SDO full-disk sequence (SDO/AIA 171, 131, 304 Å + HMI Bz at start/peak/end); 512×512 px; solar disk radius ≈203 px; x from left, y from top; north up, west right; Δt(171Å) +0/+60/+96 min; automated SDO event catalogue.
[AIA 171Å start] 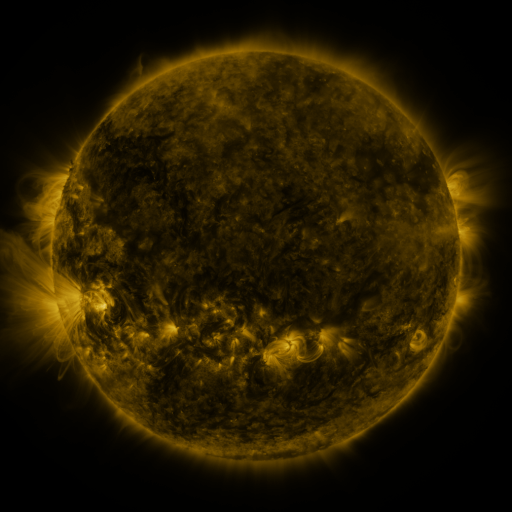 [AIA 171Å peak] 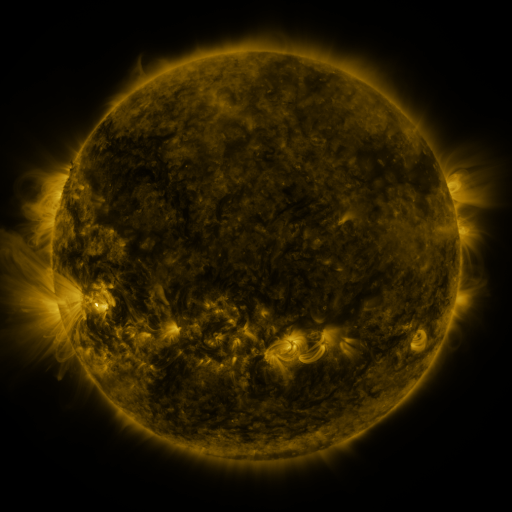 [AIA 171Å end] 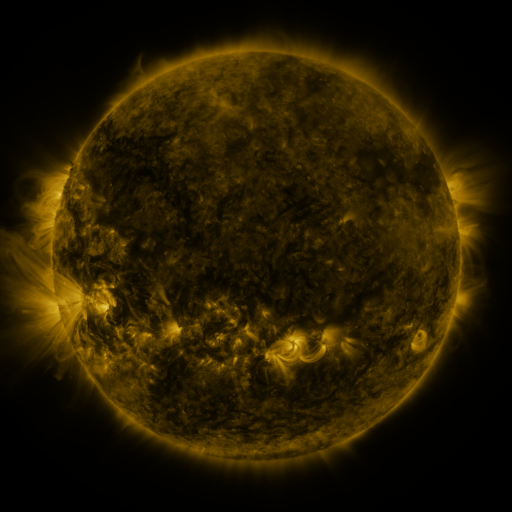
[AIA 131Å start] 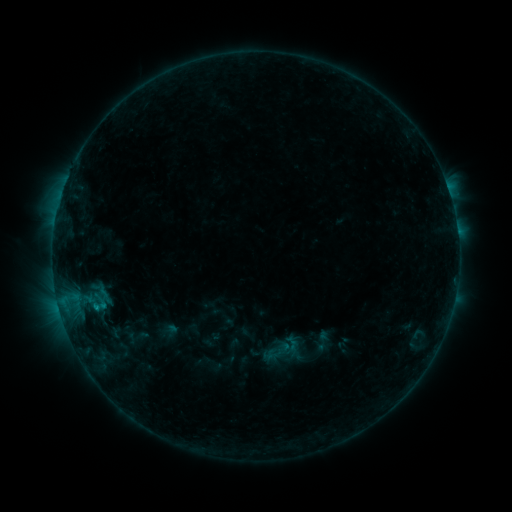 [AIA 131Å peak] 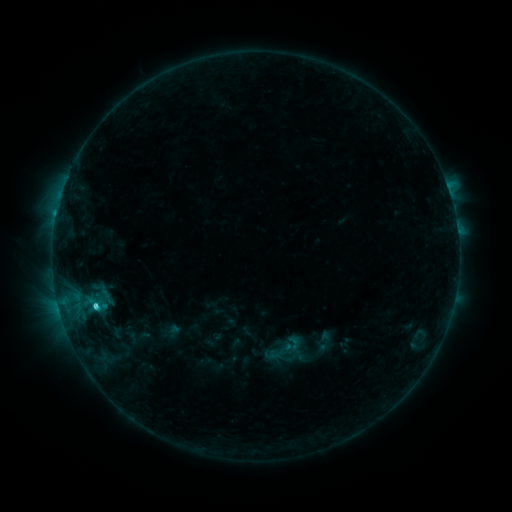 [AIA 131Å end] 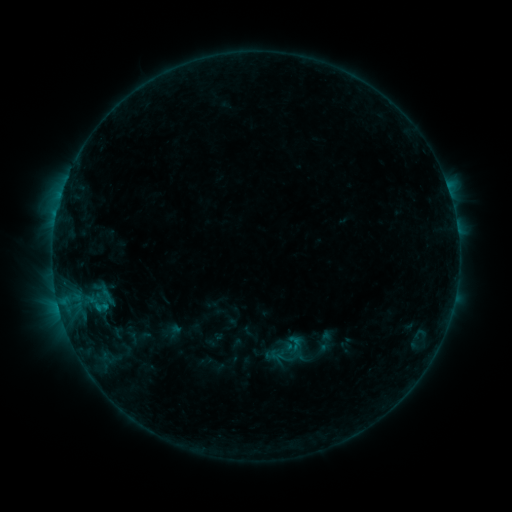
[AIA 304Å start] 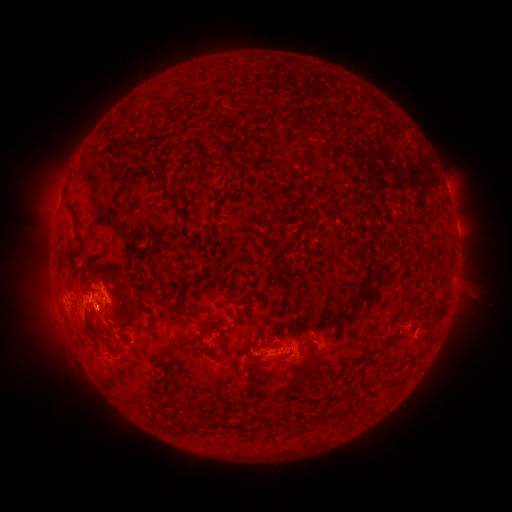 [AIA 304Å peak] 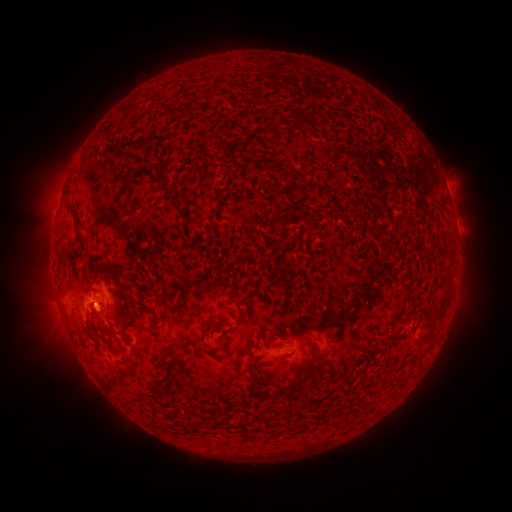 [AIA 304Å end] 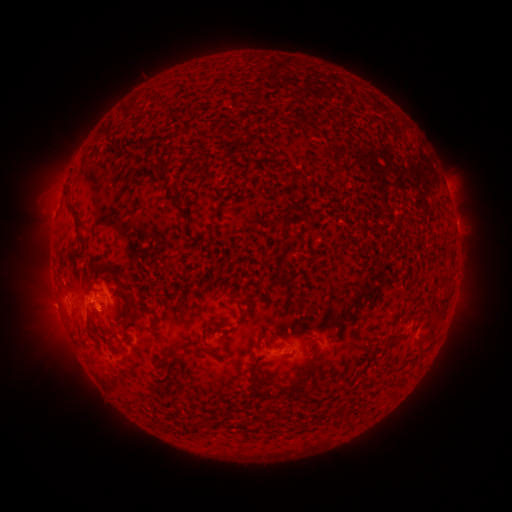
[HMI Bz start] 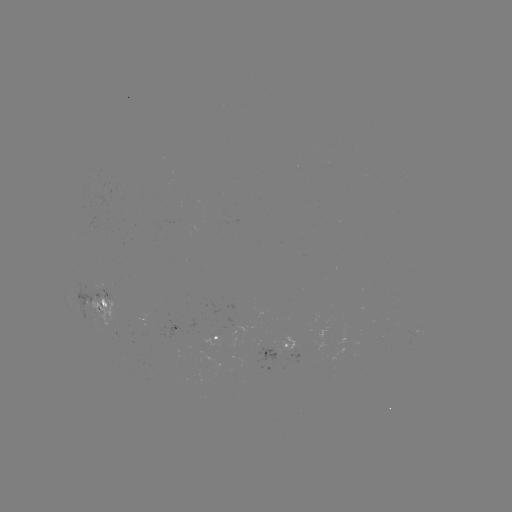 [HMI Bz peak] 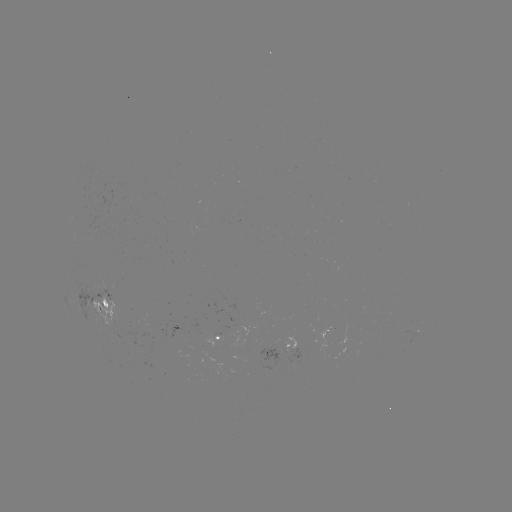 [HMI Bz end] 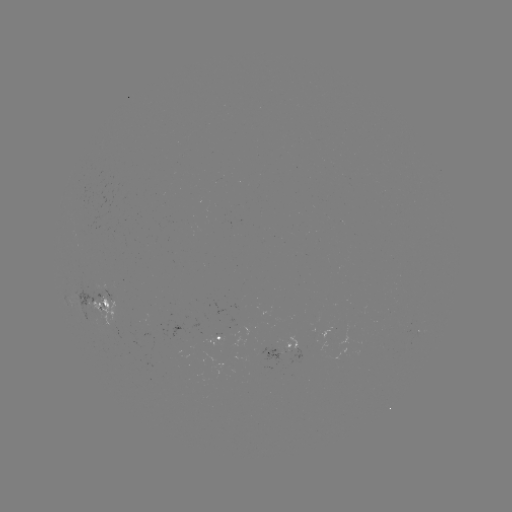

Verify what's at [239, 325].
emerging-flux region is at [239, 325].